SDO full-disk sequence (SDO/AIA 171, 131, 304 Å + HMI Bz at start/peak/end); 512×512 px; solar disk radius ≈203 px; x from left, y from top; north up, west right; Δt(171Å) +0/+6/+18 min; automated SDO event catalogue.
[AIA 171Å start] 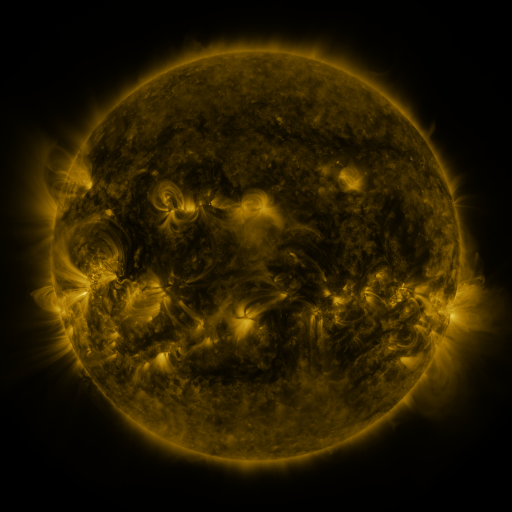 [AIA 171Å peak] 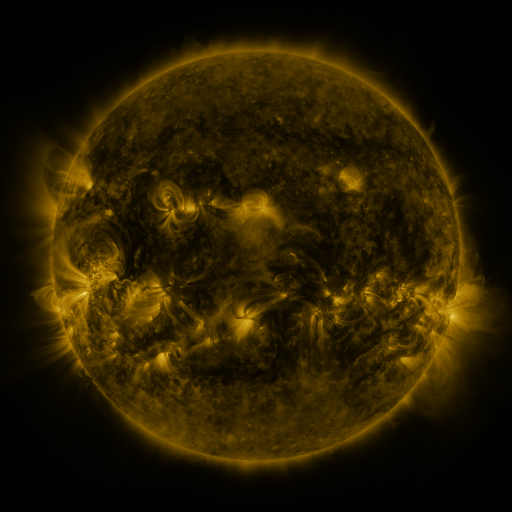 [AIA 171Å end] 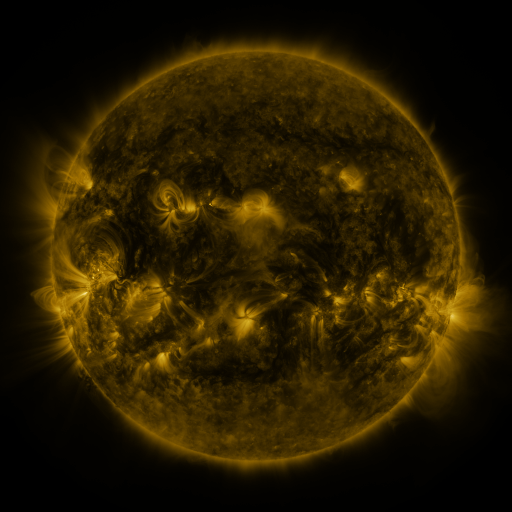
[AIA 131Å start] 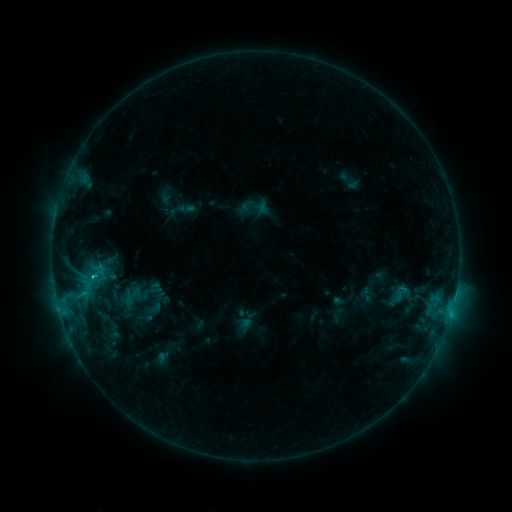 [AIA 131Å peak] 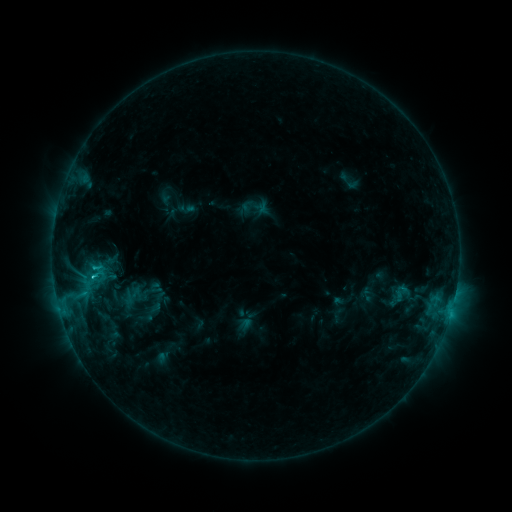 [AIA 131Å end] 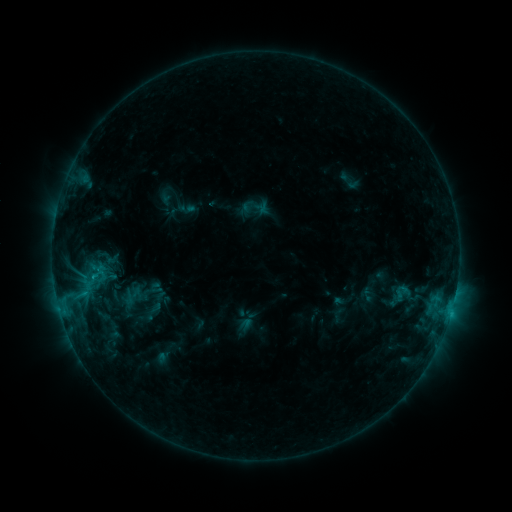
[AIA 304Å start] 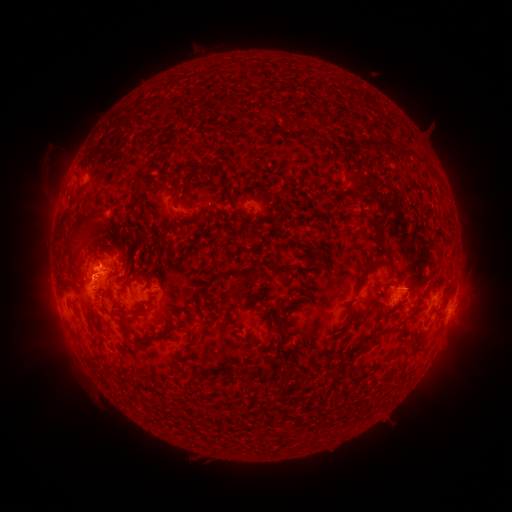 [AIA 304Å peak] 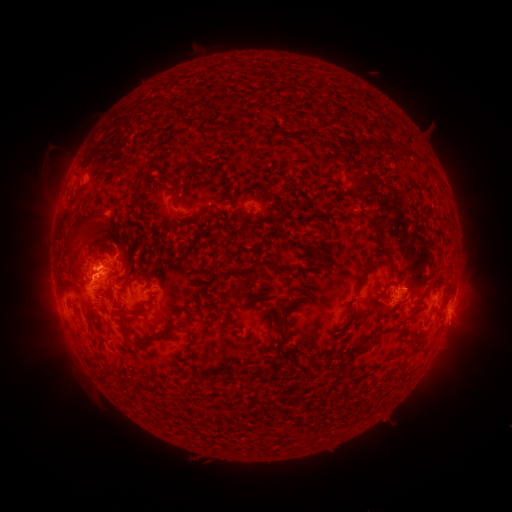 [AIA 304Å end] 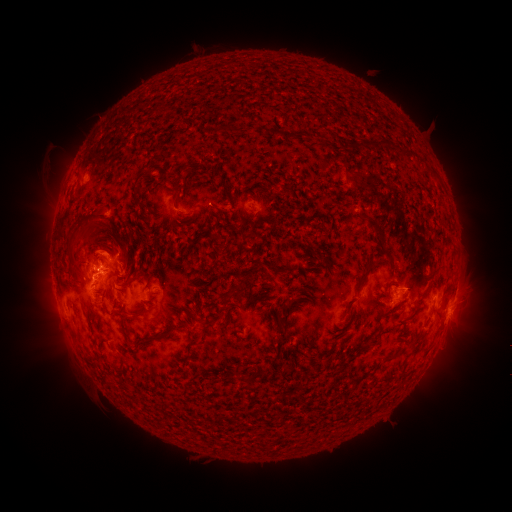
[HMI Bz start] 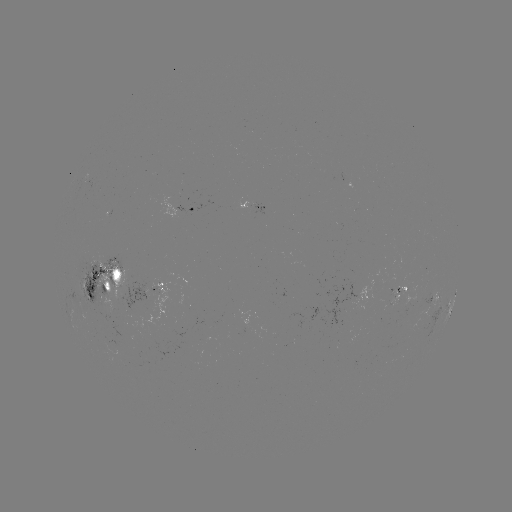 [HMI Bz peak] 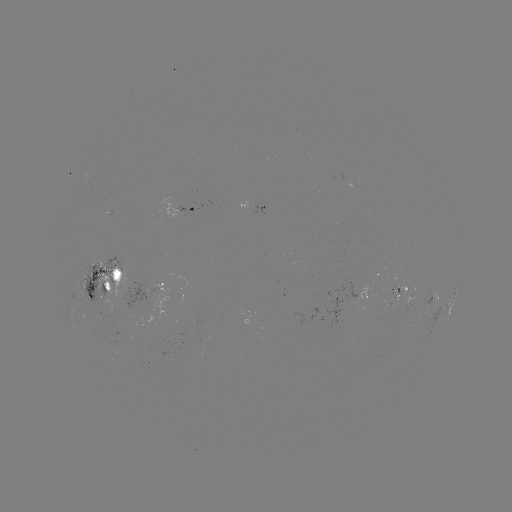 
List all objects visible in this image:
eruption: (108, 242)
